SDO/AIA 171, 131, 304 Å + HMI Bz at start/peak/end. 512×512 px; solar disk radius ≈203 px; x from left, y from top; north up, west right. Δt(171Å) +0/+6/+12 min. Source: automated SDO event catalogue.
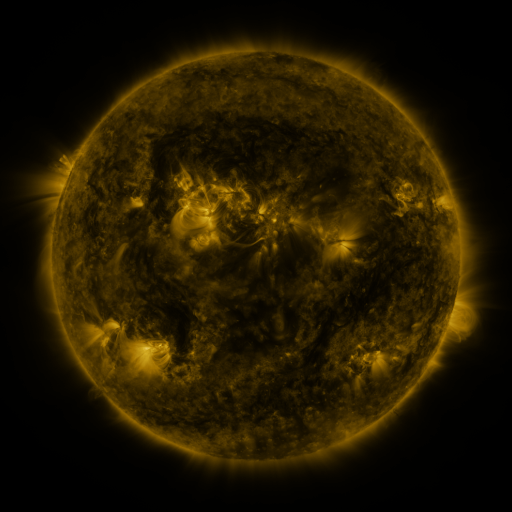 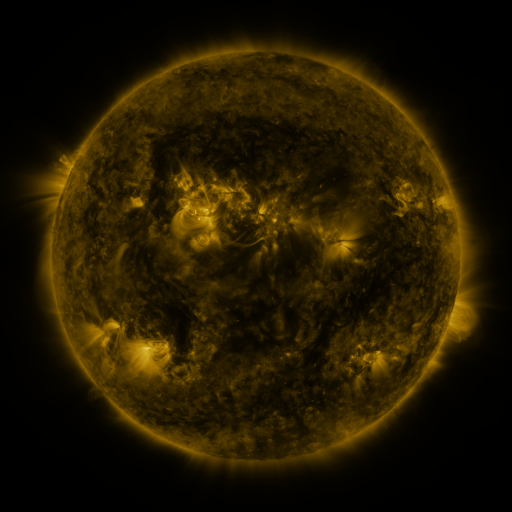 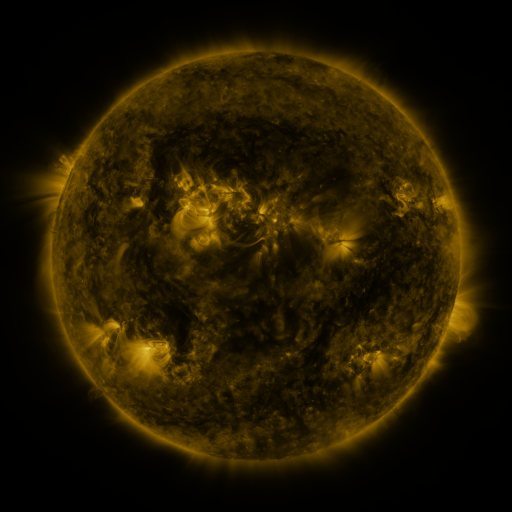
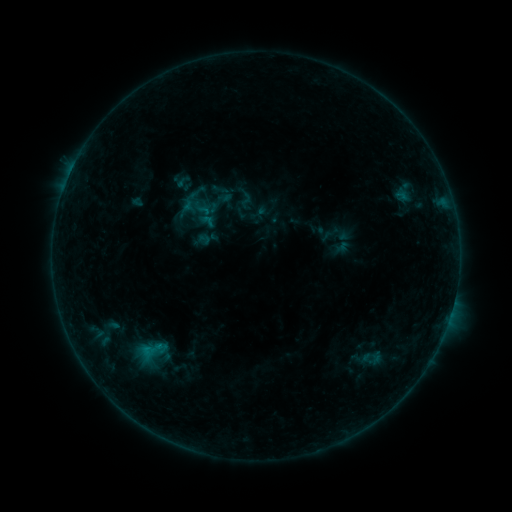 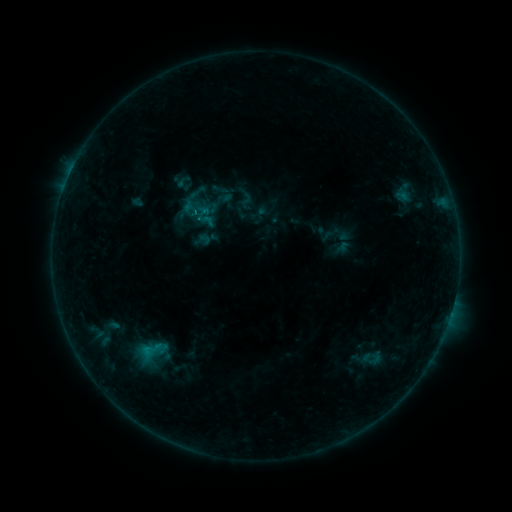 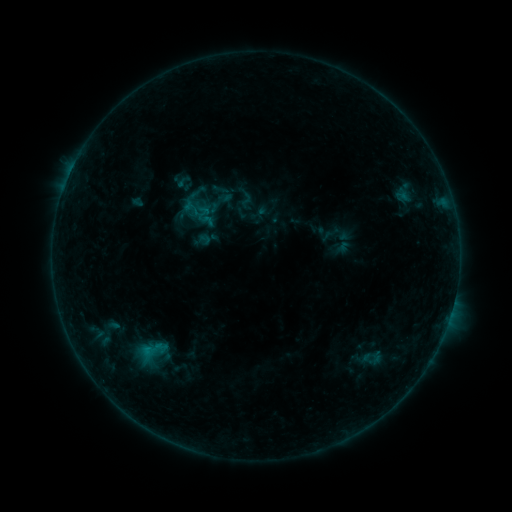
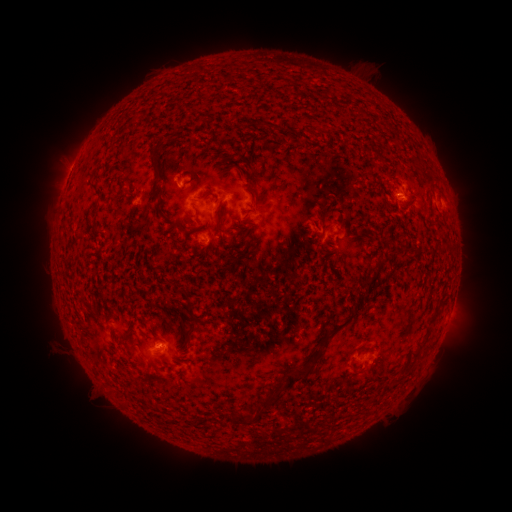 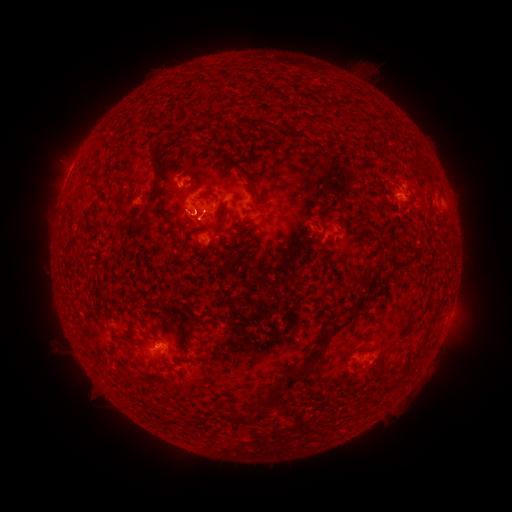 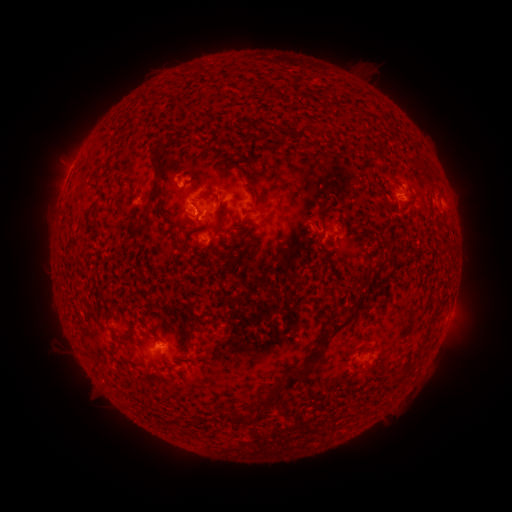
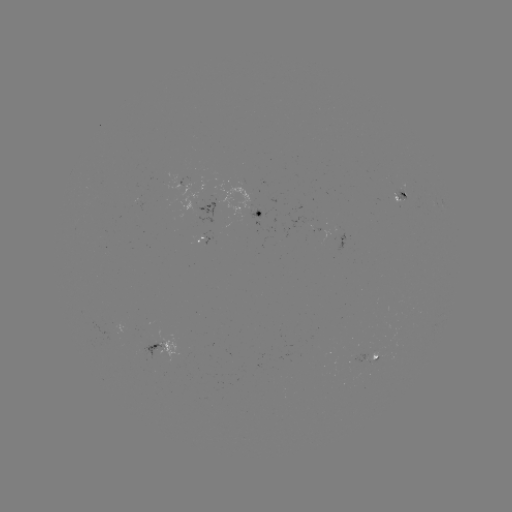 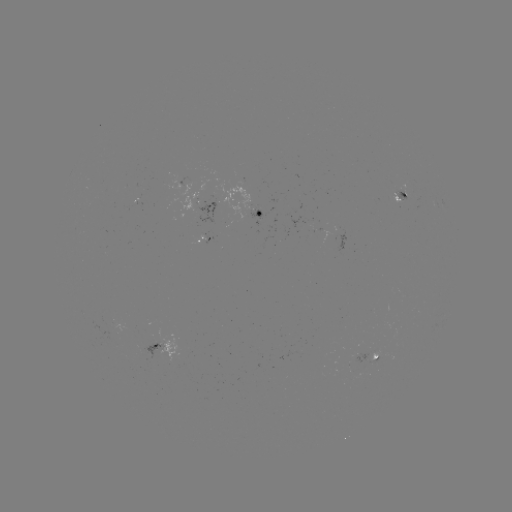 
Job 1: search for B4.1 flare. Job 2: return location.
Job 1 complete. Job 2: [198, 214].